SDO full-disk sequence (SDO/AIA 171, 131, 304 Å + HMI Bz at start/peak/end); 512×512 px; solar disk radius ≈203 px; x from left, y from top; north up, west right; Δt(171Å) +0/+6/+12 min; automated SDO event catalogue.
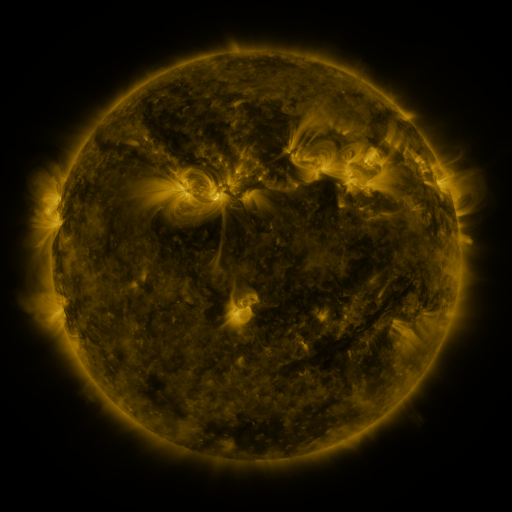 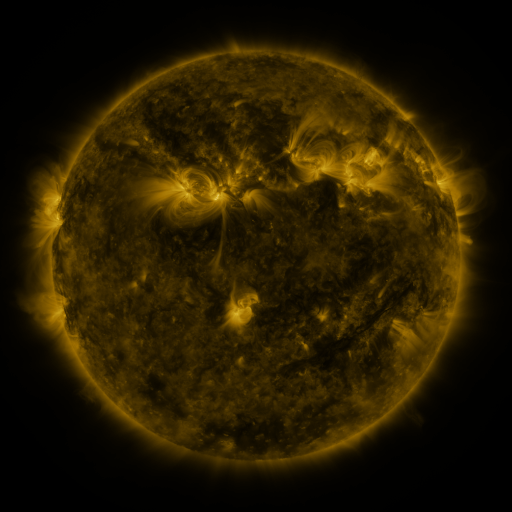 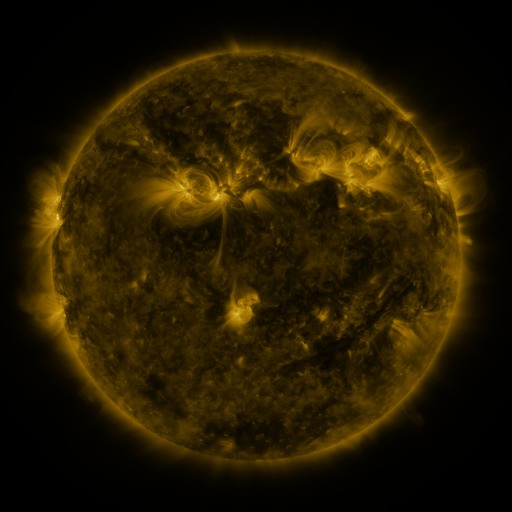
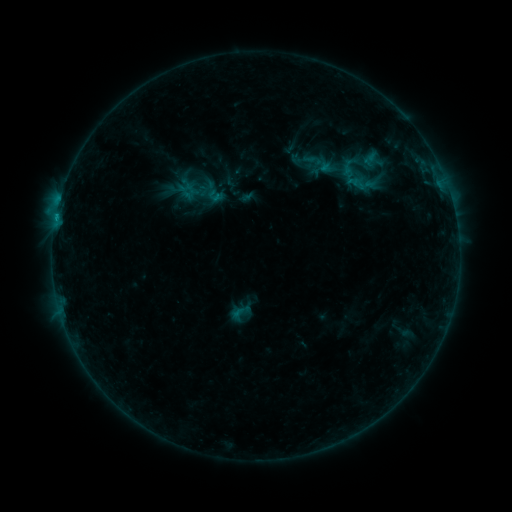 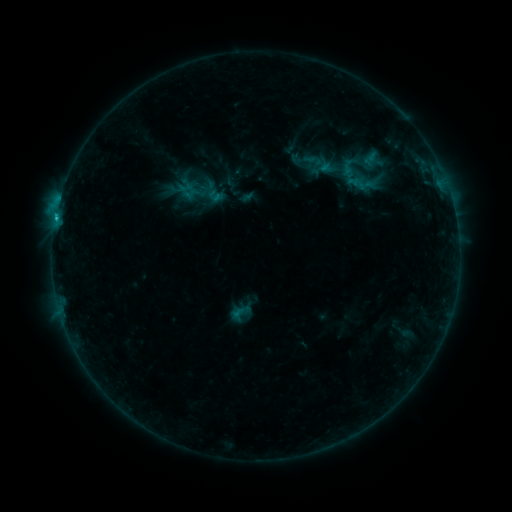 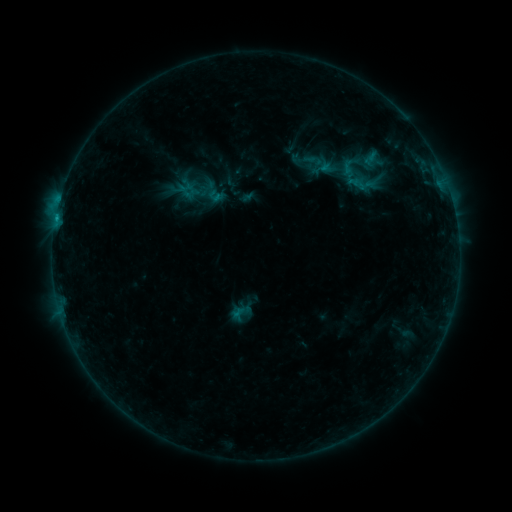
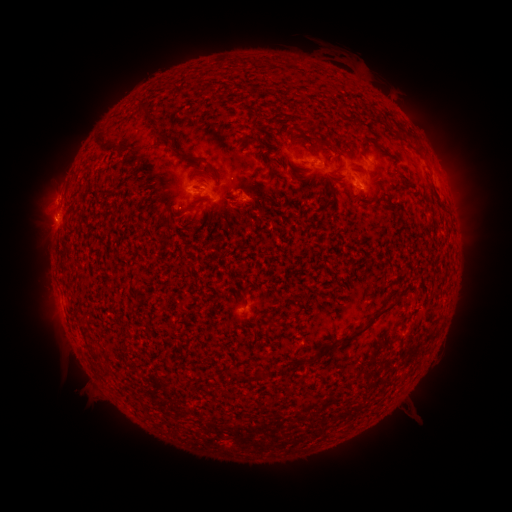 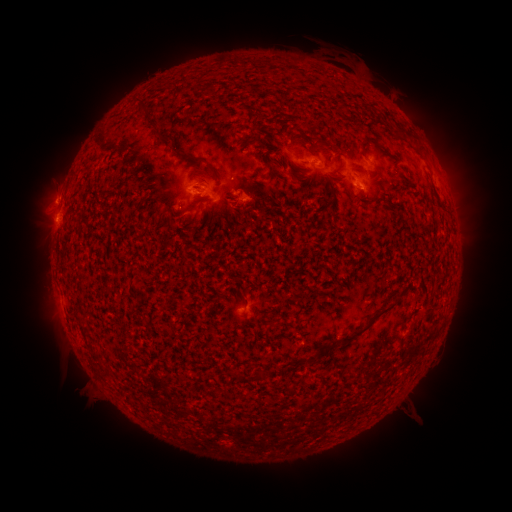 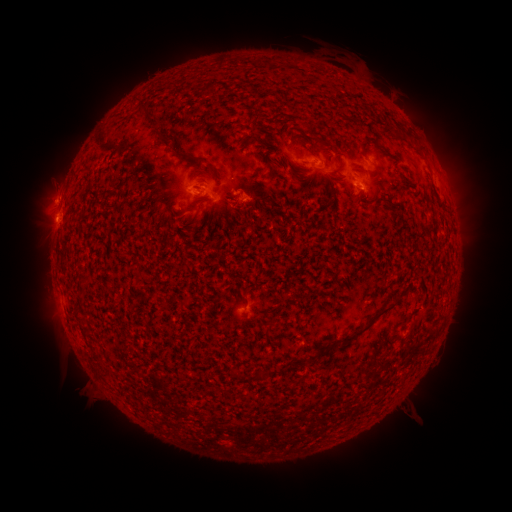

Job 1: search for B9.7 flare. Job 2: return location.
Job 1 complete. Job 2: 56,216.